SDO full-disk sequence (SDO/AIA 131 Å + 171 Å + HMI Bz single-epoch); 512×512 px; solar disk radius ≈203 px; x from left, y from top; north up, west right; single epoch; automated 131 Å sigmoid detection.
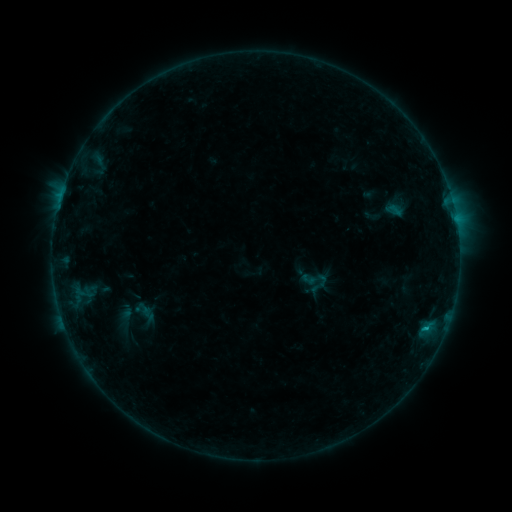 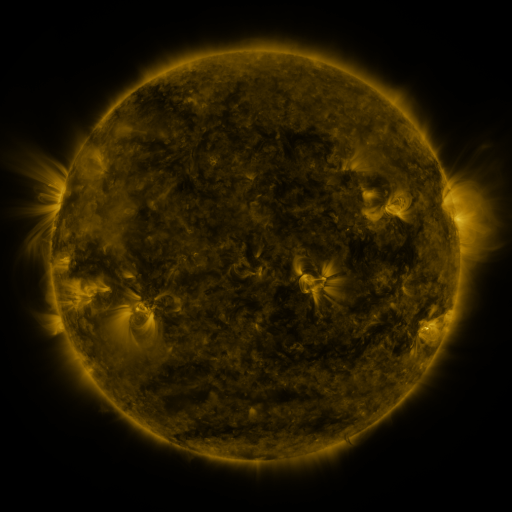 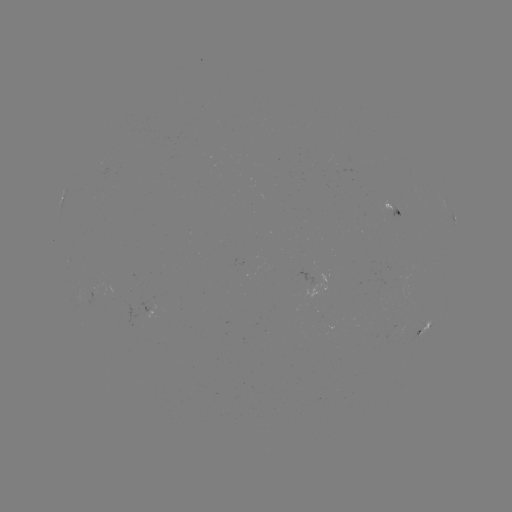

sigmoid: <bbox>302, 265, 328, 294</bbox>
